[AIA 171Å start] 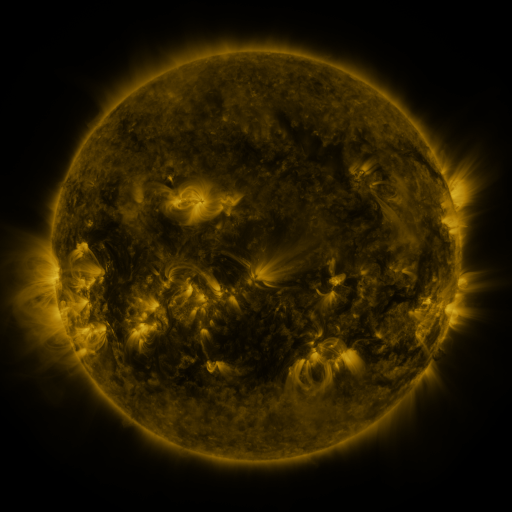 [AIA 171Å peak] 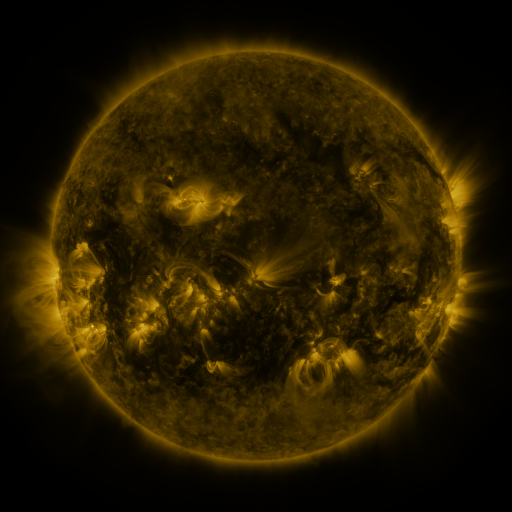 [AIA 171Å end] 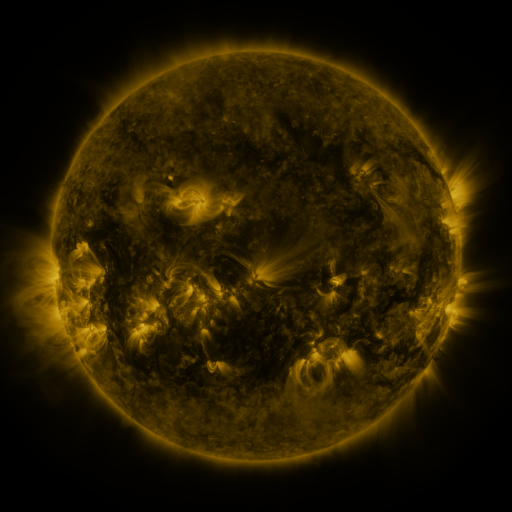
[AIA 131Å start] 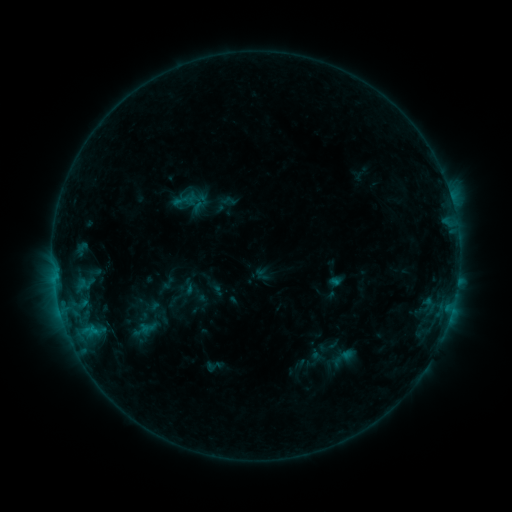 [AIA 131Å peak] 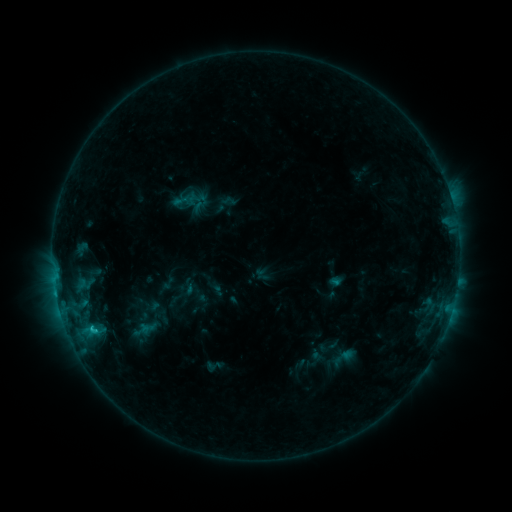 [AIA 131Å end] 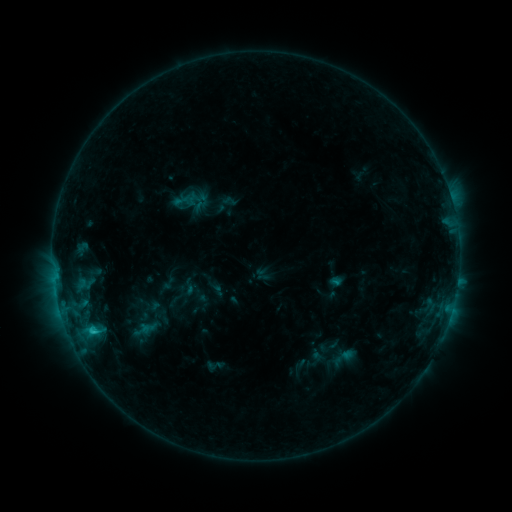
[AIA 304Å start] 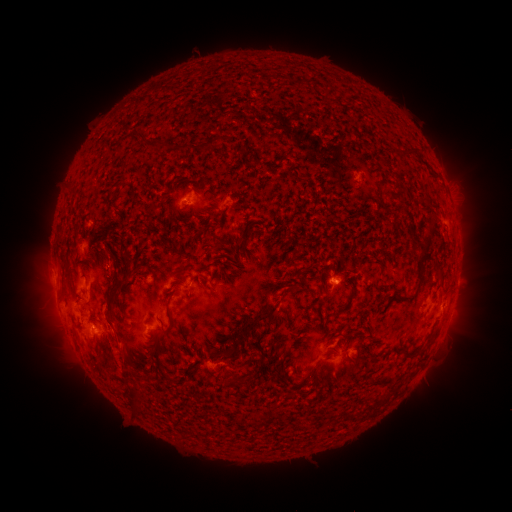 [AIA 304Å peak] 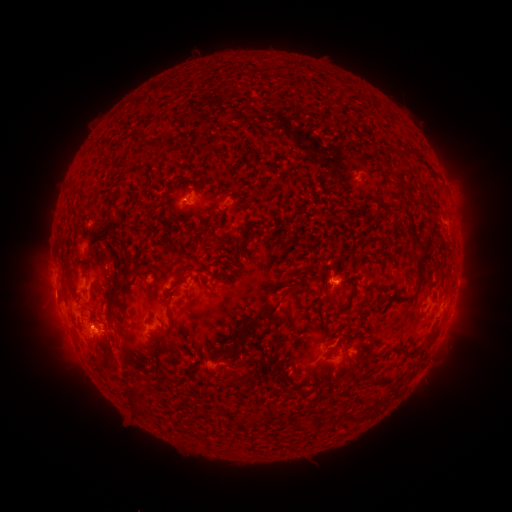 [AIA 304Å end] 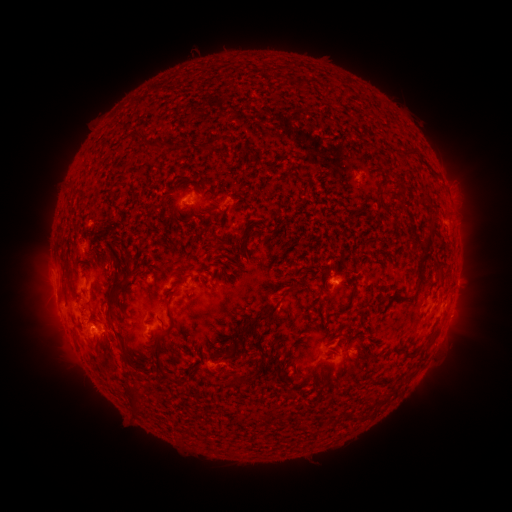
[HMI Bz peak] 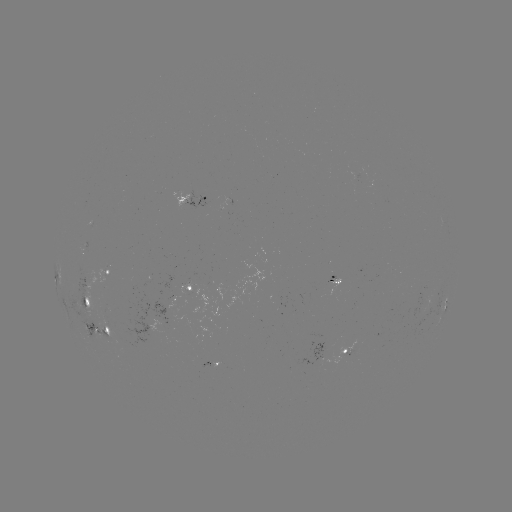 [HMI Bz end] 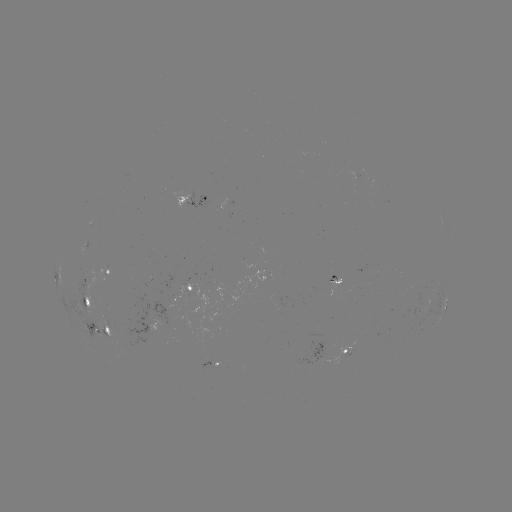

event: flare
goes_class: C1.4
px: (96, 330)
